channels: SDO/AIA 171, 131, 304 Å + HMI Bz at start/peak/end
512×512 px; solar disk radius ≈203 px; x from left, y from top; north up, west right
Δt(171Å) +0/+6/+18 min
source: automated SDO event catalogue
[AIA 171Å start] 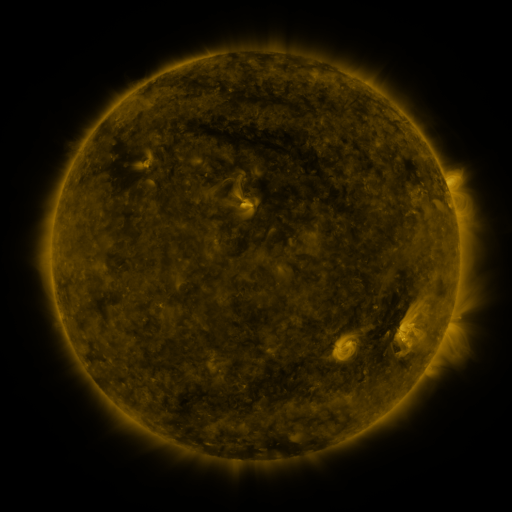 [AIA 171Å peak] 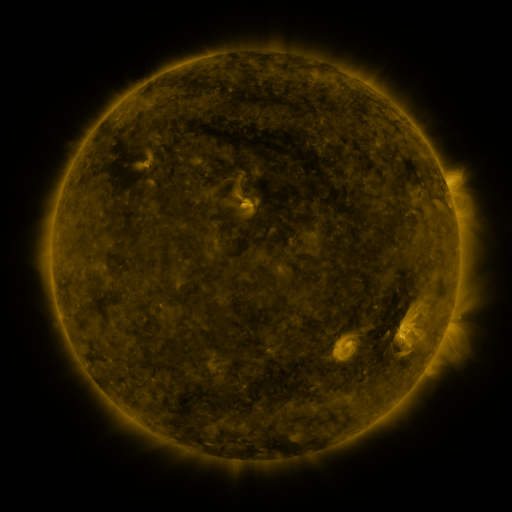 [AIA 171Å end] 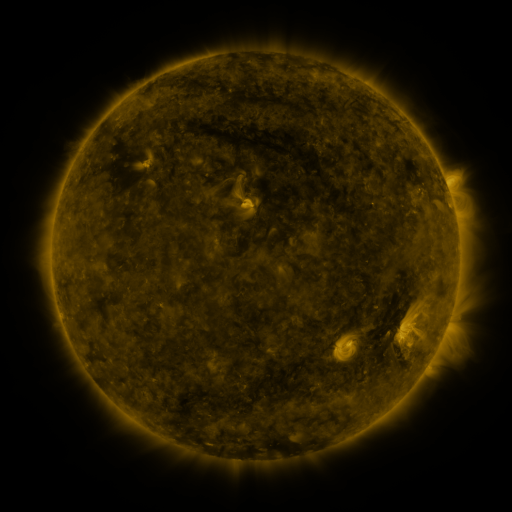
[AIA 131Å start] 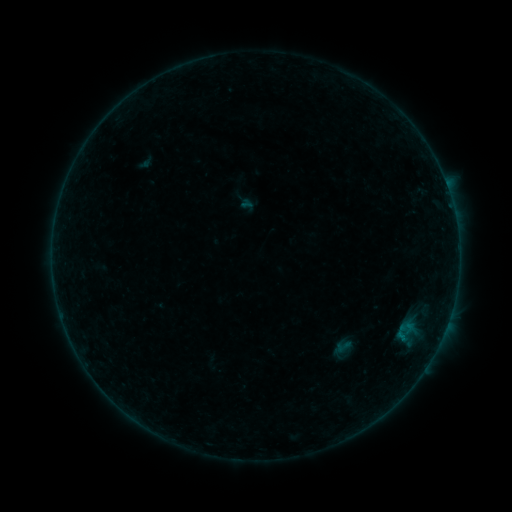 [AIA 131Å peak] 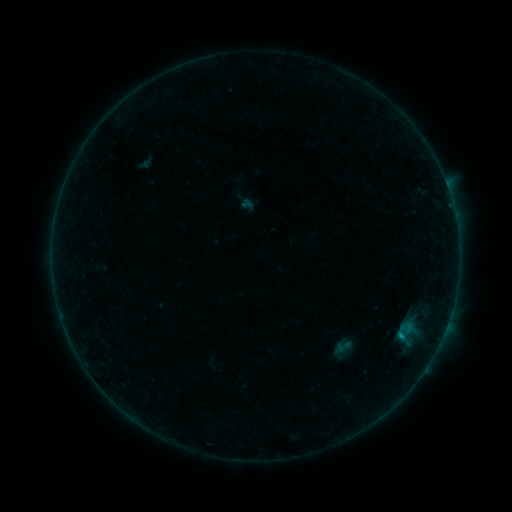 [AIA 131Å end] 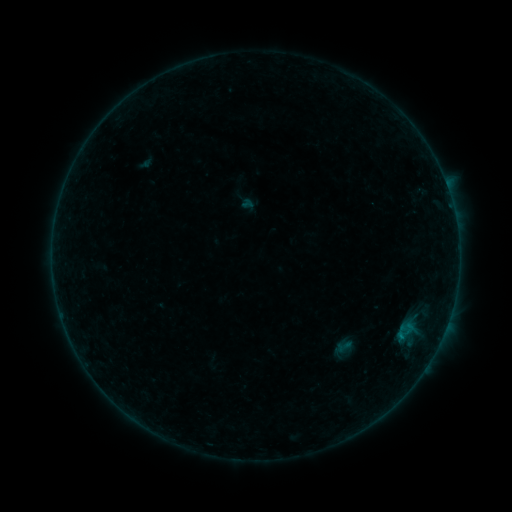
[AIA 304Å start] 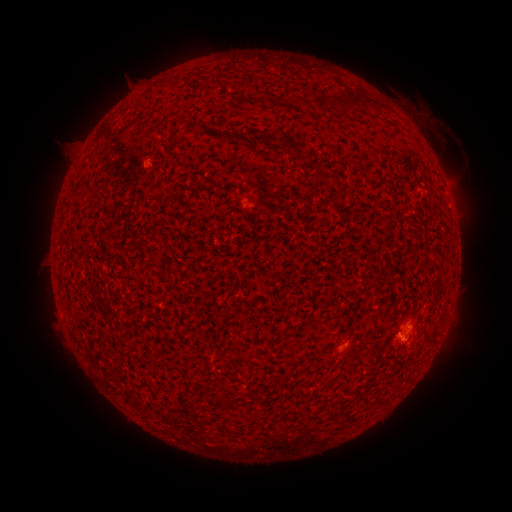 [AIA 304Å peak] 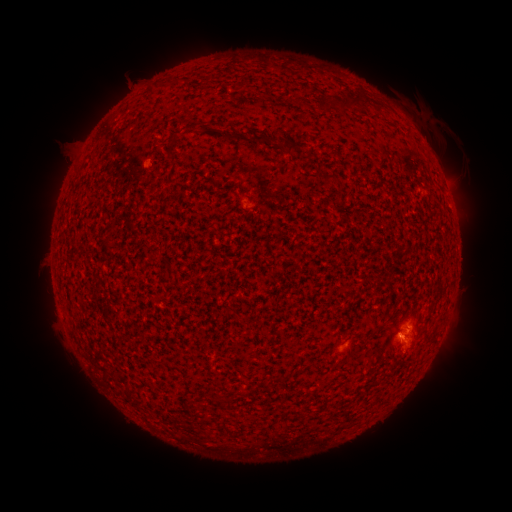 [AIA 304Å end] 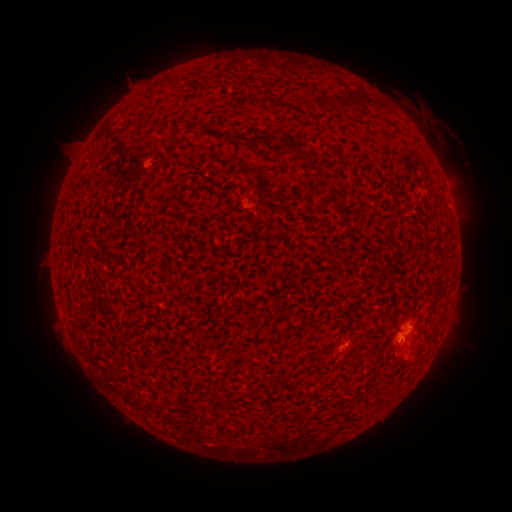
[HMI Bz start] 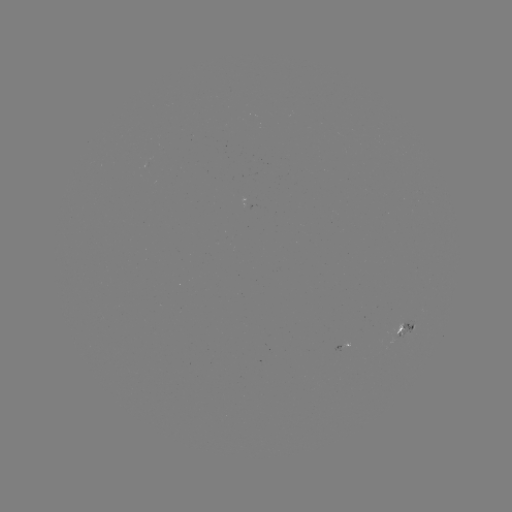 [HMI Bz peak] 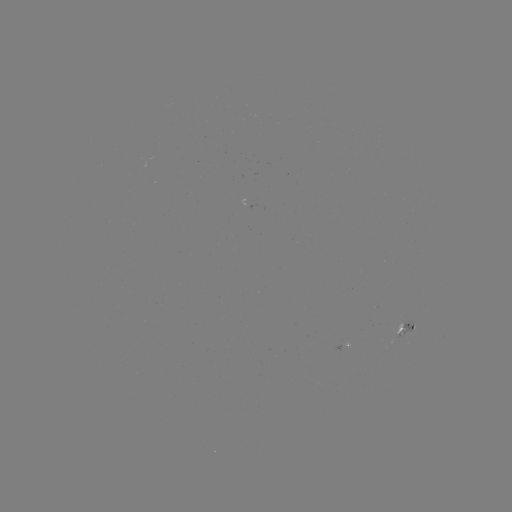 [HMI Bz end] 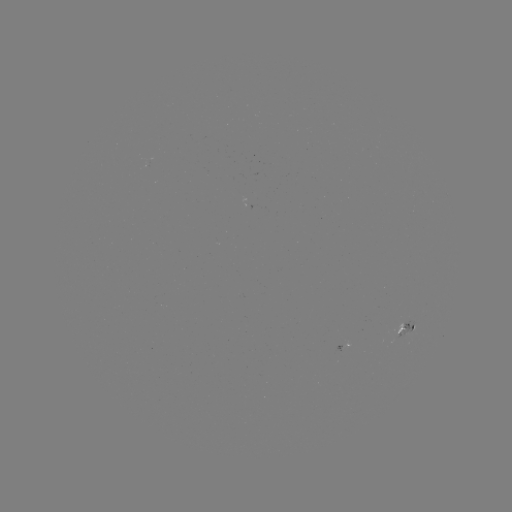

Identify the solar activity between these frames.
eruption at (458, 354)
